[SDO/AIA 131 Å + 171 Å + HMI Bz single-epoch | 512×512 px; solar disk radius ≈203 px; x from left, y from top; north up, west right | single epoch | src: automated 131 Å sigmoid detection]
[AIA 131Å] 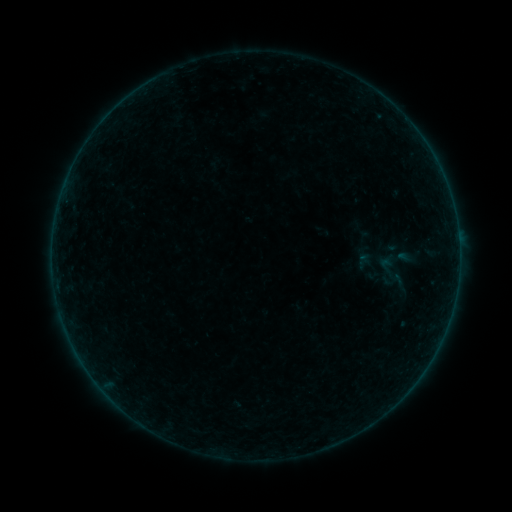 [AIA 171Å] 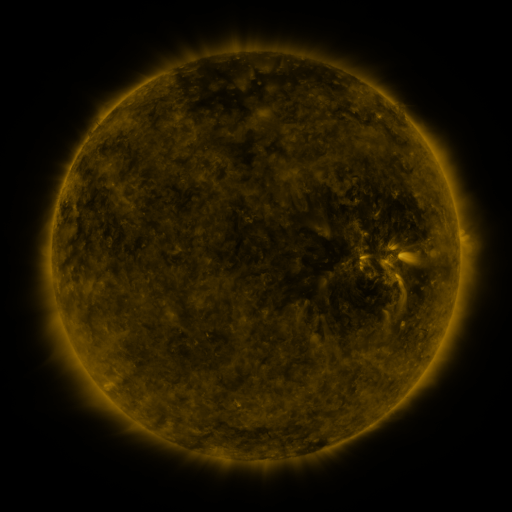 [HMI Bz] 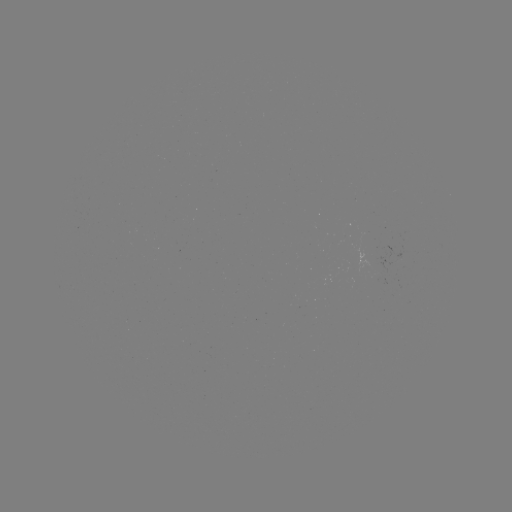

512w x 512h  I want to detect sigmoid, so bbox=[388, 272, 408, 292].